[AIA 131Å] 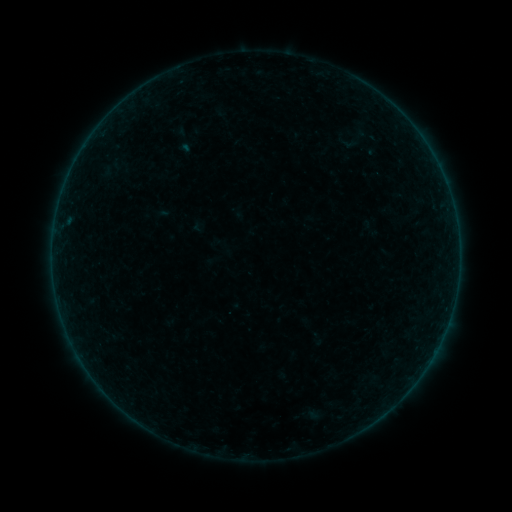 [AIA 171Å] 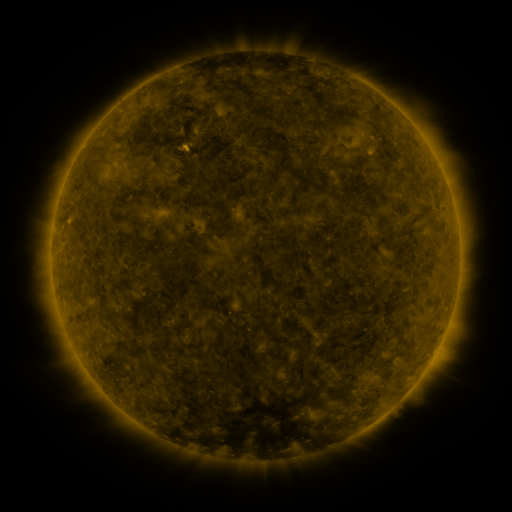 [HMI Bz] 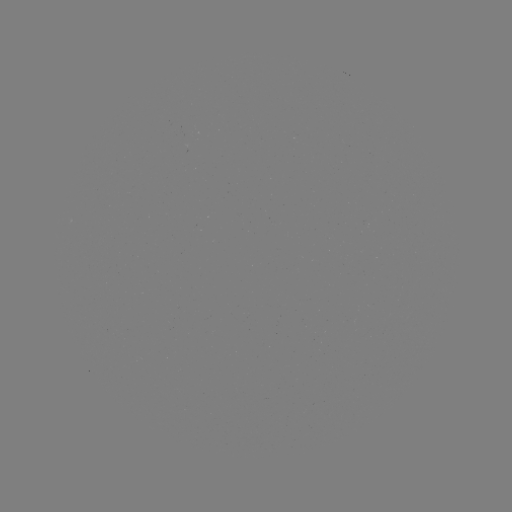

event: sigmoid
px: (184, 140)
